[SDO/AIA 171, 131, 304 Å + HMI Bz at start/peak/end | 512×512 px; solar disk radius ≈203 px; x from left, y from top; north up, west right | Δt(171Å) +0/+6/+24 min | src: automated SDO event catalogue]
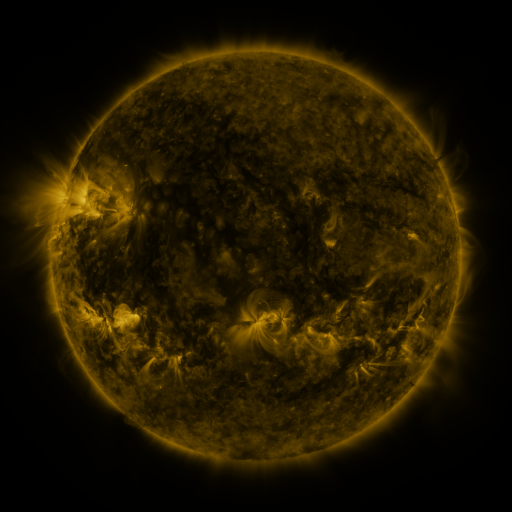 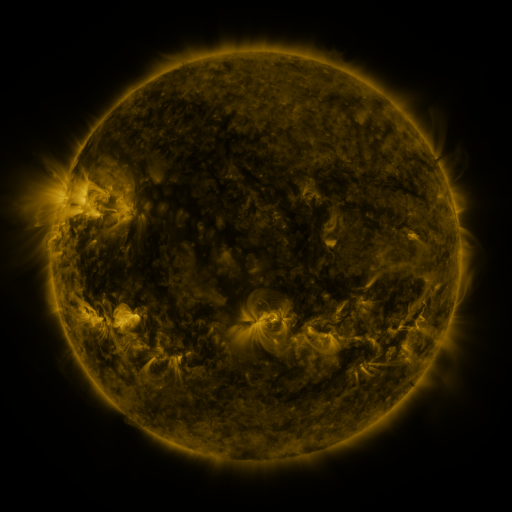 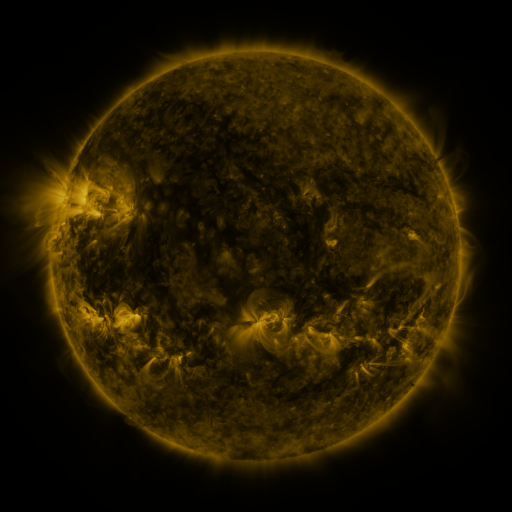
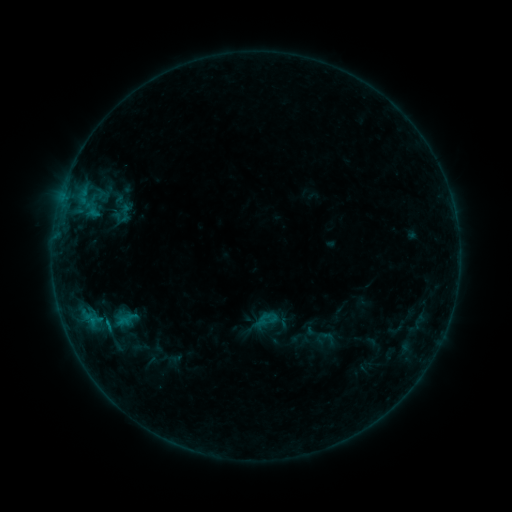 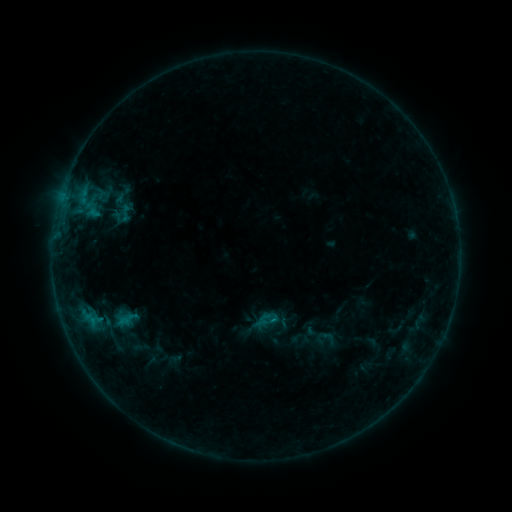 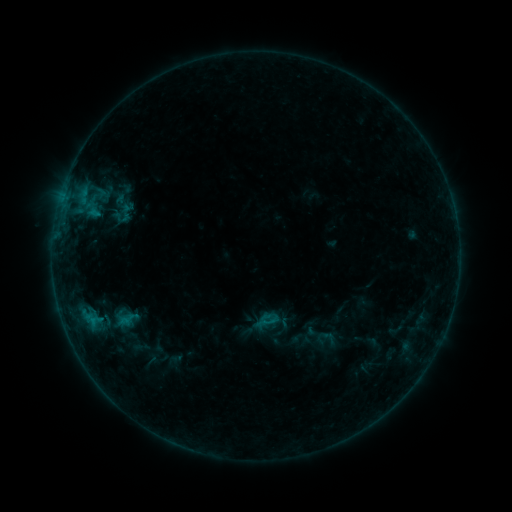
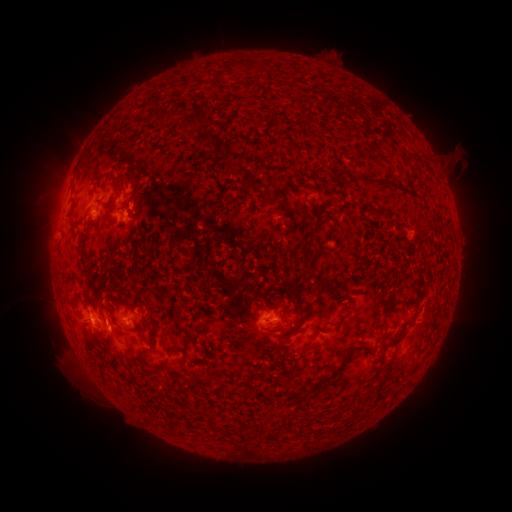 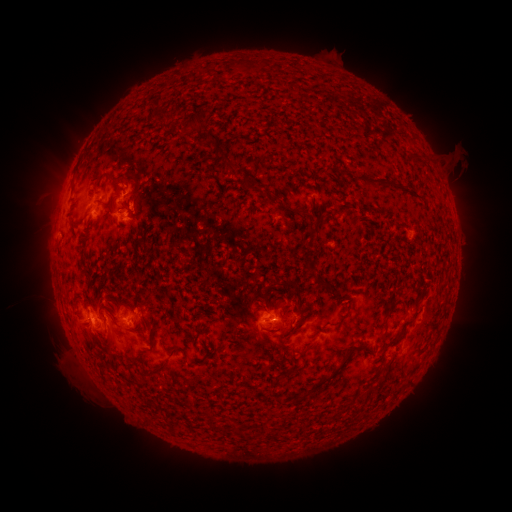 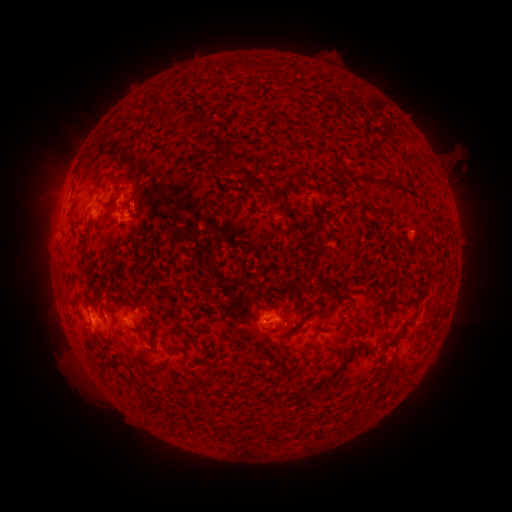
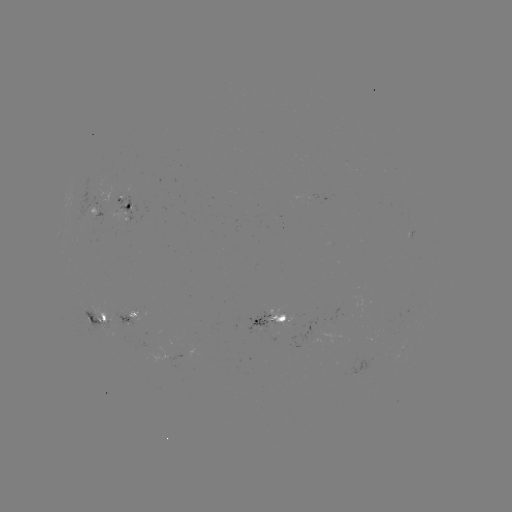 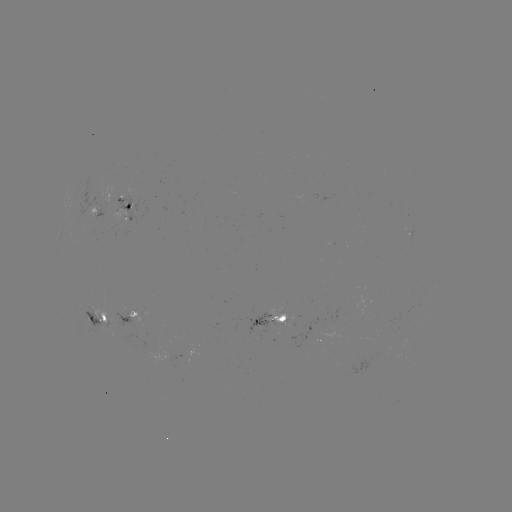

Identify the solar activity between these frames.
B6.3 flare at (273, 318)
